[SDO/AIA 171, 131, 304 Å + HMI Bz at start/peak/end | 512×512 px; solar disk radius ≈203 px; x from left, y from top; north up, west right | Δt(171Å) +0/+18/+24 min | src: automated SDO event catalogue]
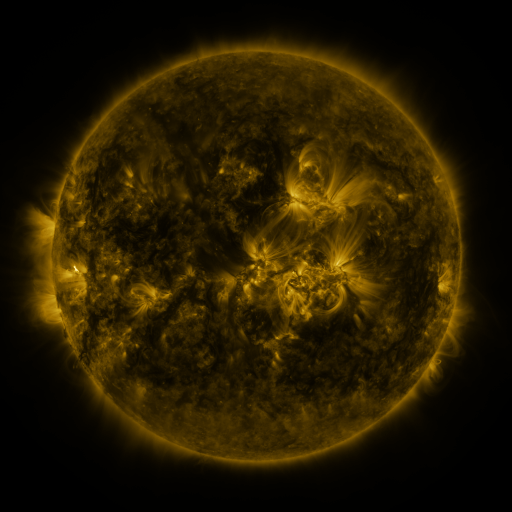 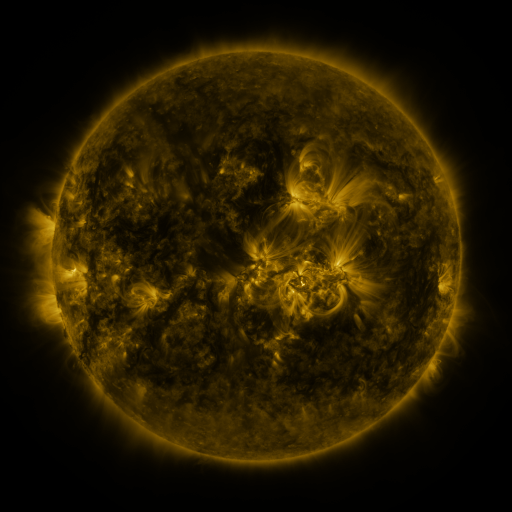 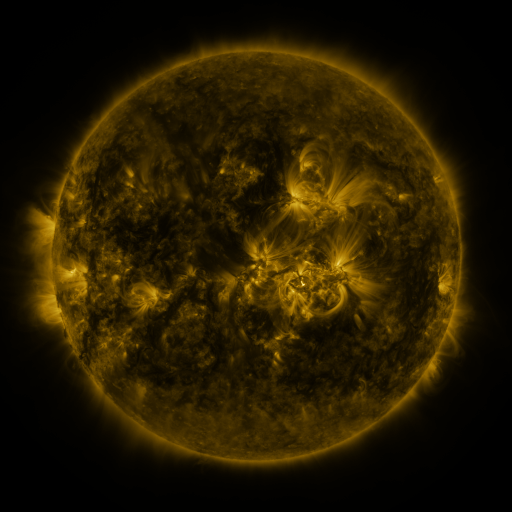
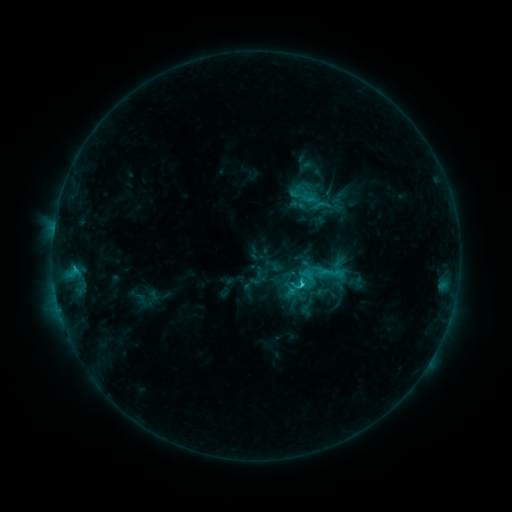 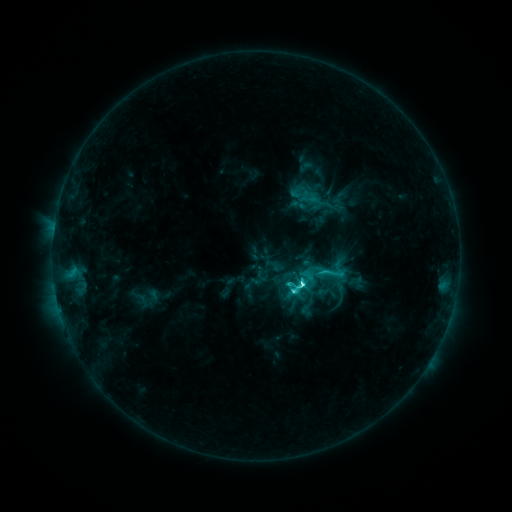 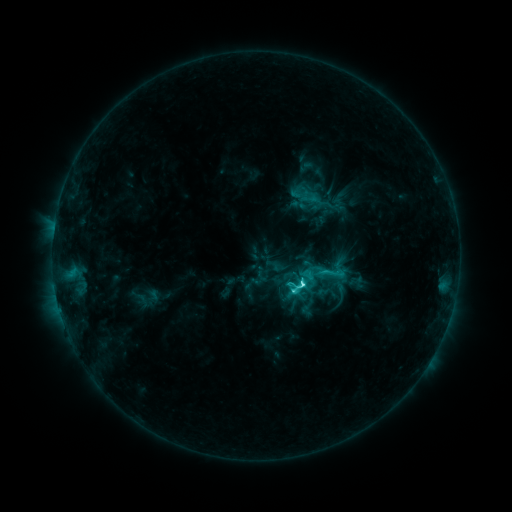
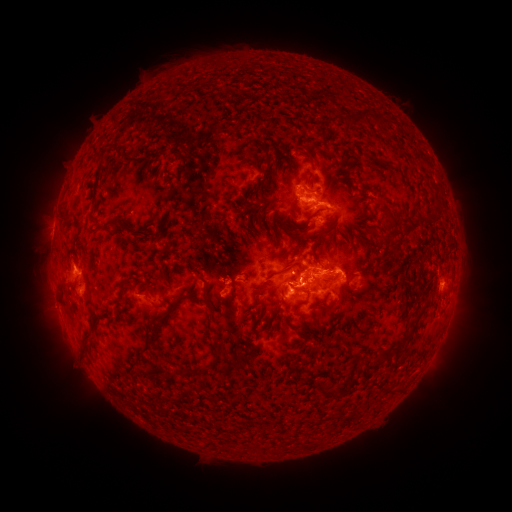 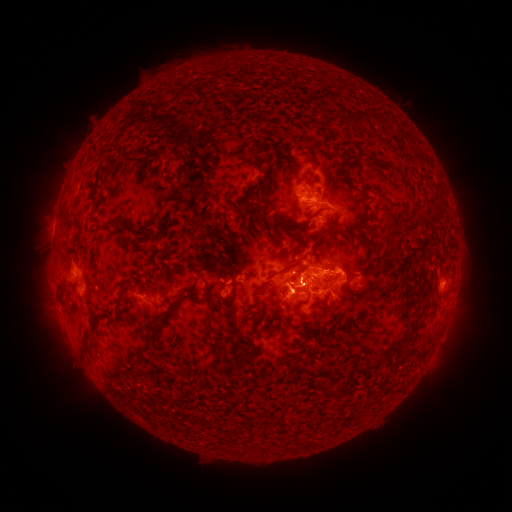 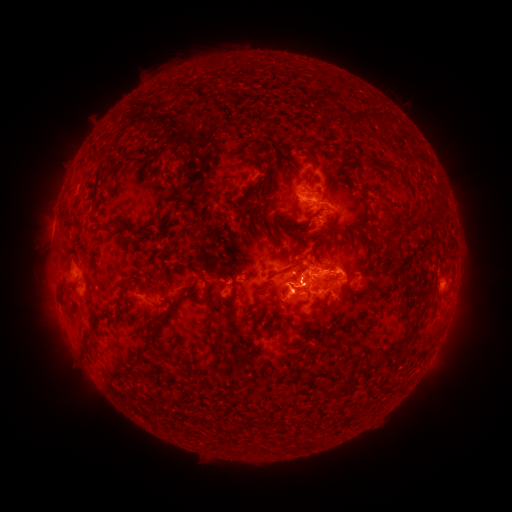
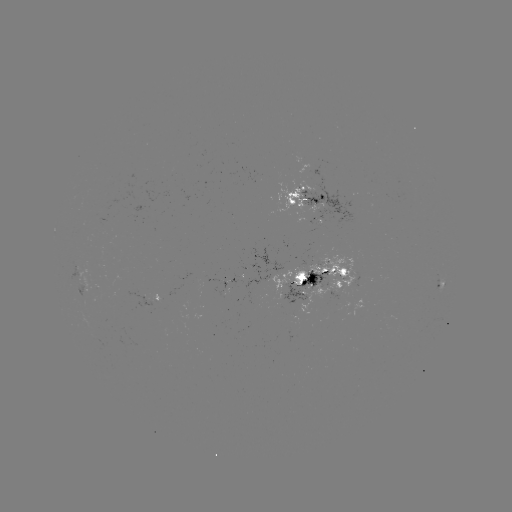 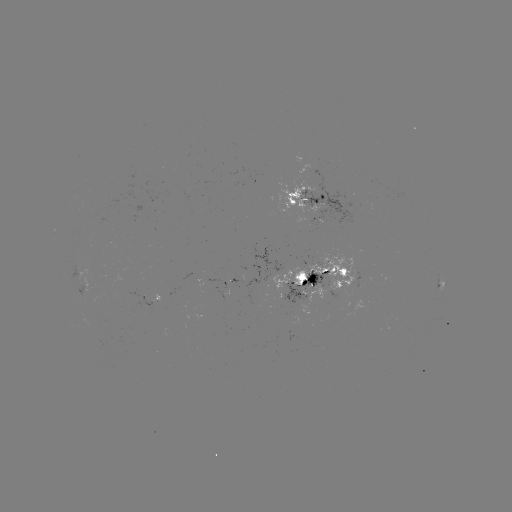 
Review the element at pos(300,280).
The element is C7.7 flare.